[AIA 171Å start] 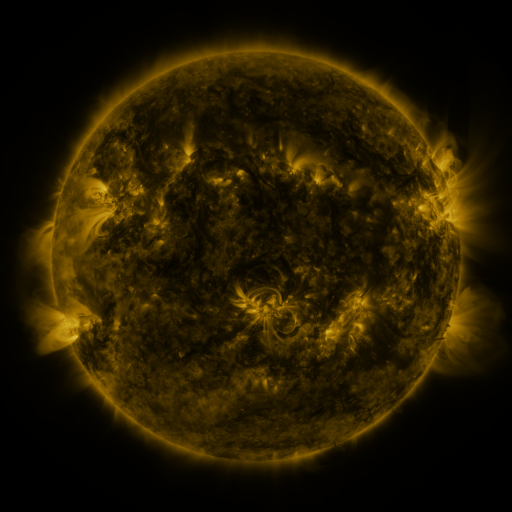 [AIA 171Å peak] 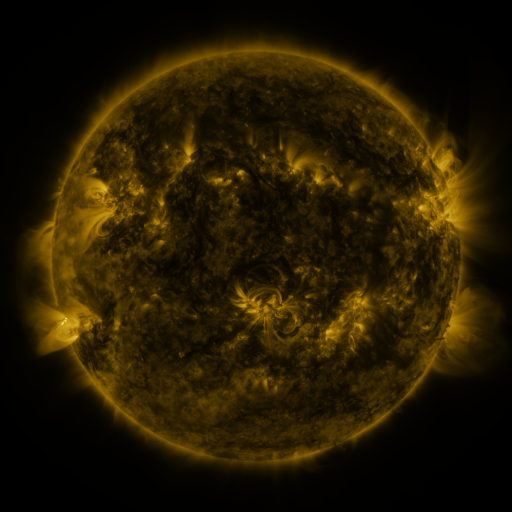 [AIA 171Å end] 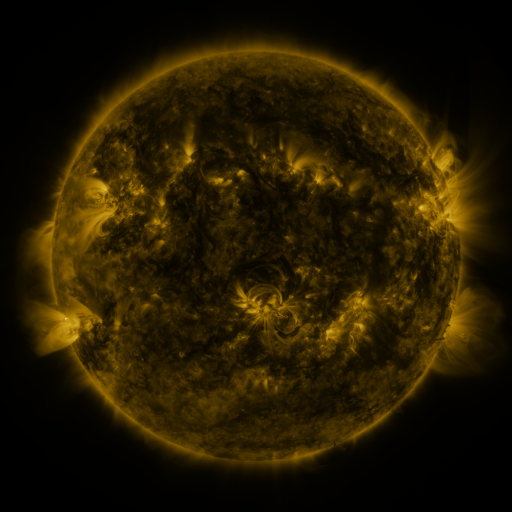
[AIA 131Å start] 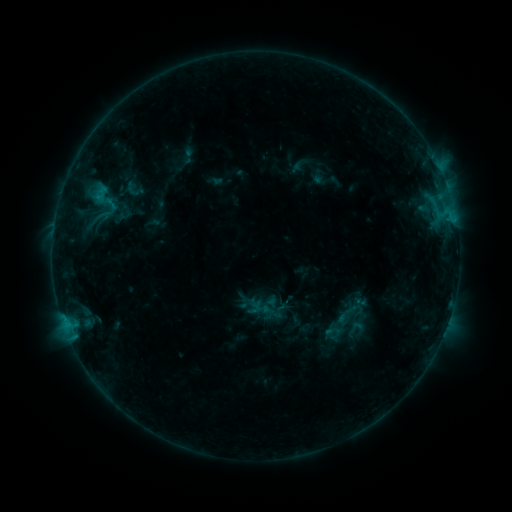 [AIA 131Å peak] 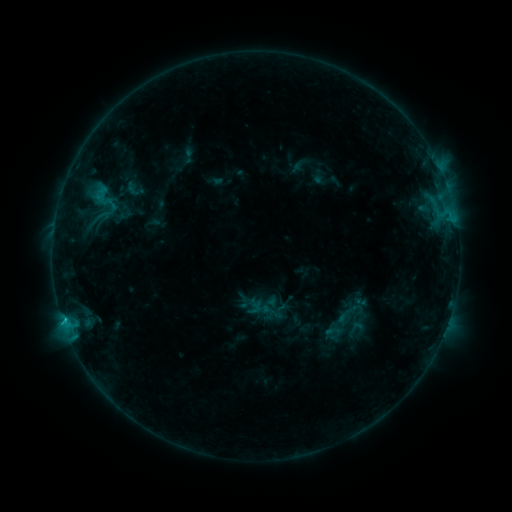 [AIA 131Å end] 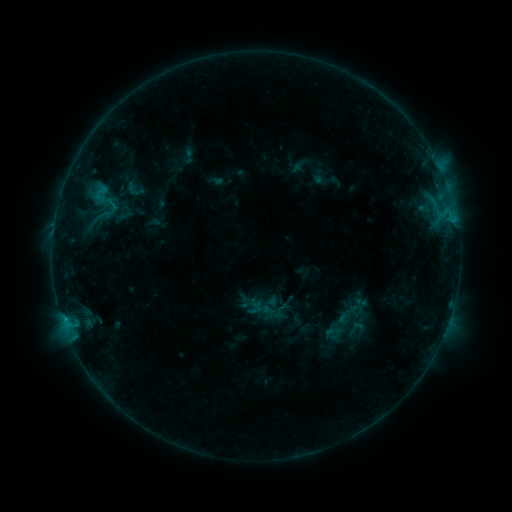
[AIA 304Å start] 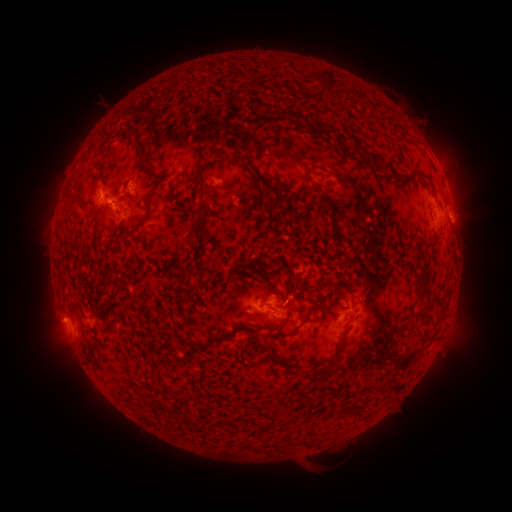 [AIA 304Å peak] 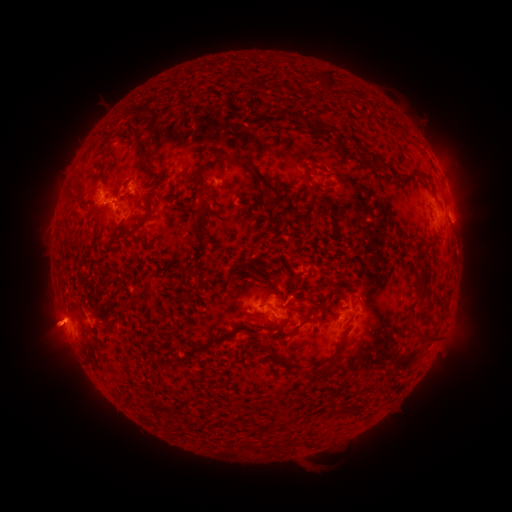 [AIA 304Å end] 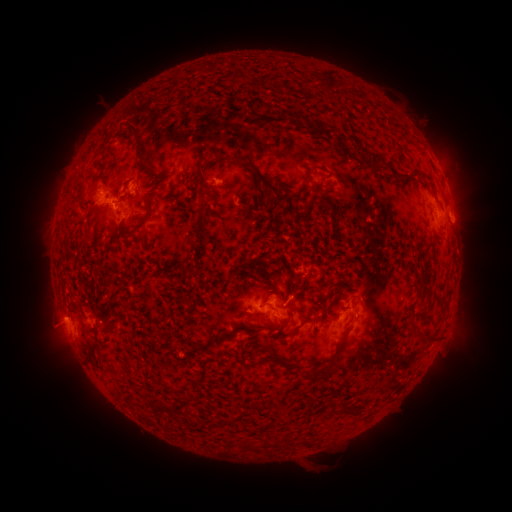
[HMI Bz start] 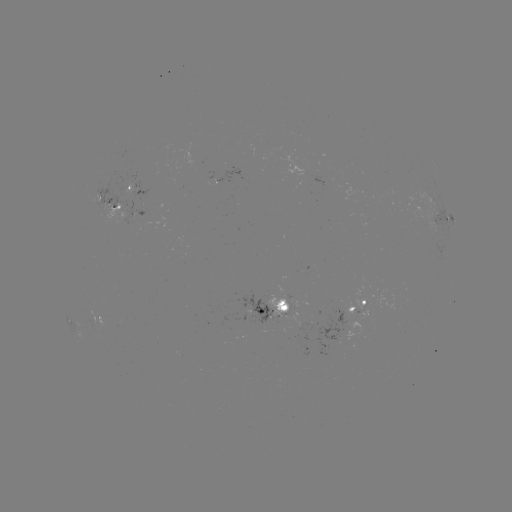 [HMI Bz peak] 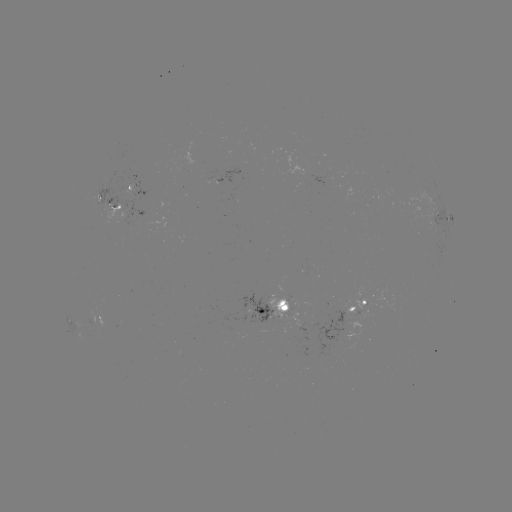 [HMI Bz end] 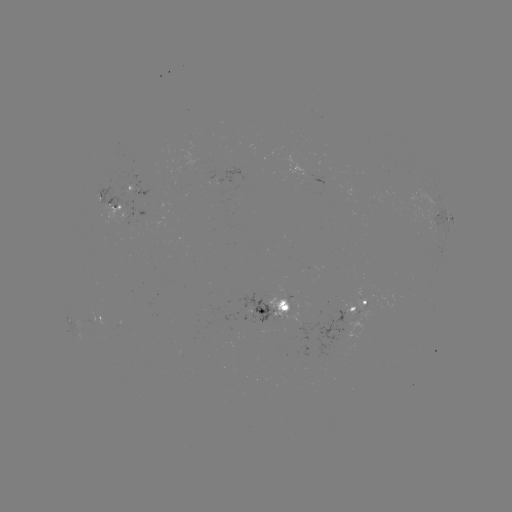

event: flare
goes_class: B9.1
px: (64, 316)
